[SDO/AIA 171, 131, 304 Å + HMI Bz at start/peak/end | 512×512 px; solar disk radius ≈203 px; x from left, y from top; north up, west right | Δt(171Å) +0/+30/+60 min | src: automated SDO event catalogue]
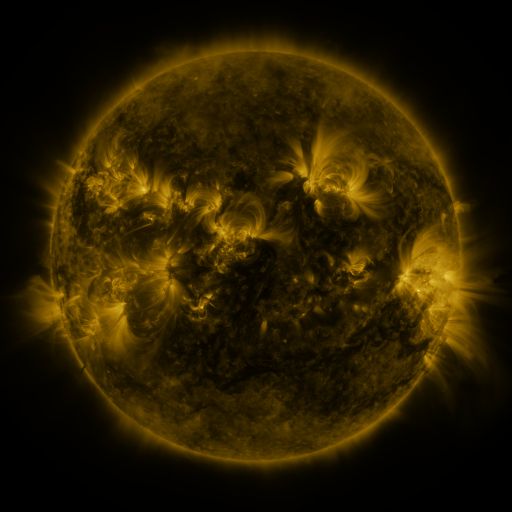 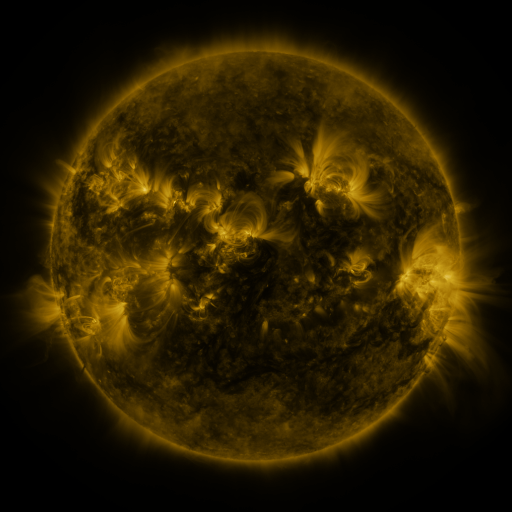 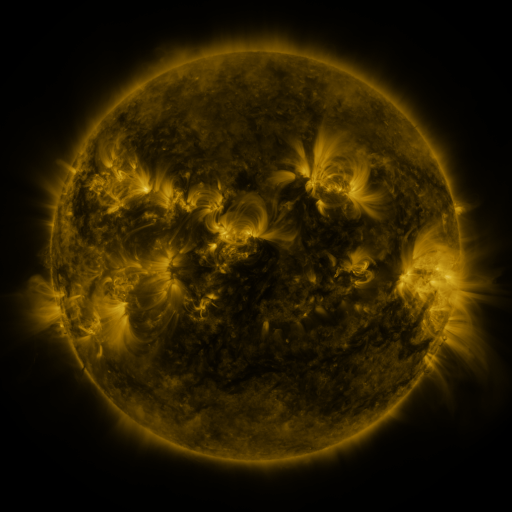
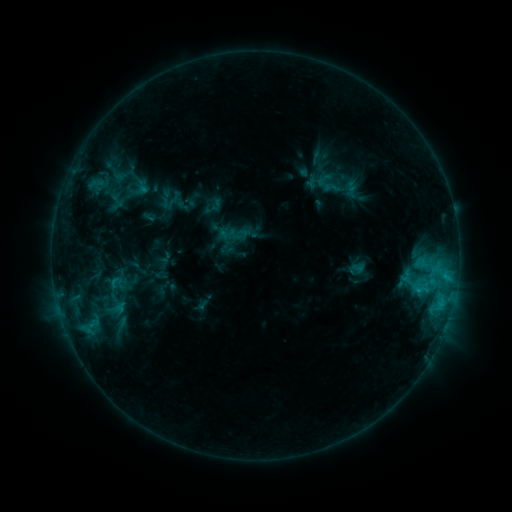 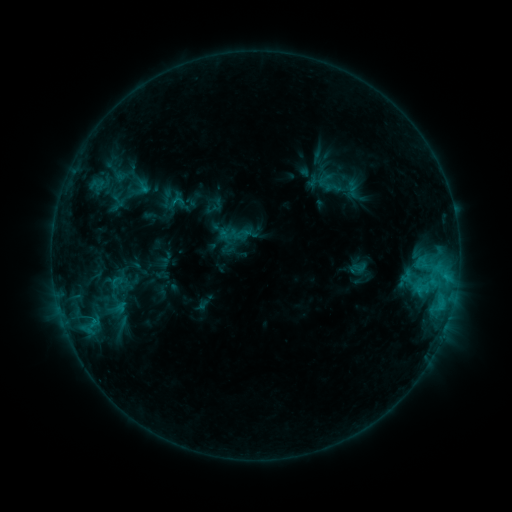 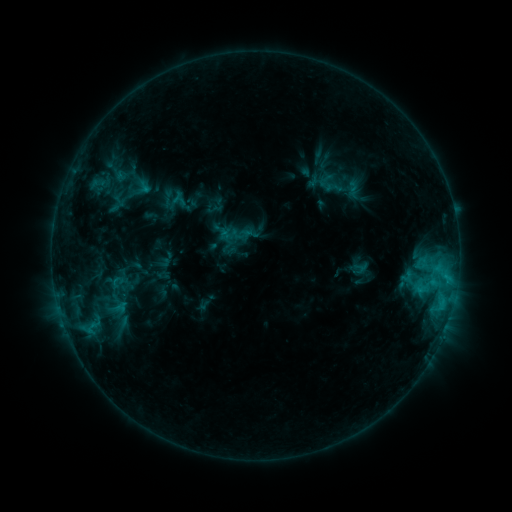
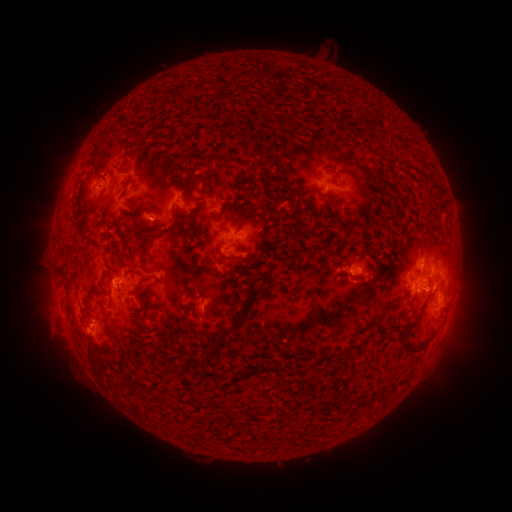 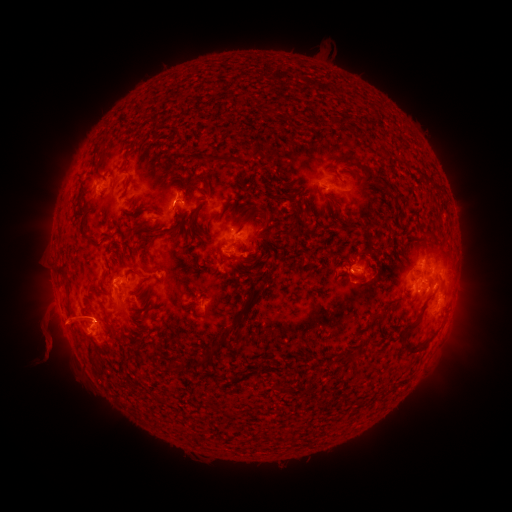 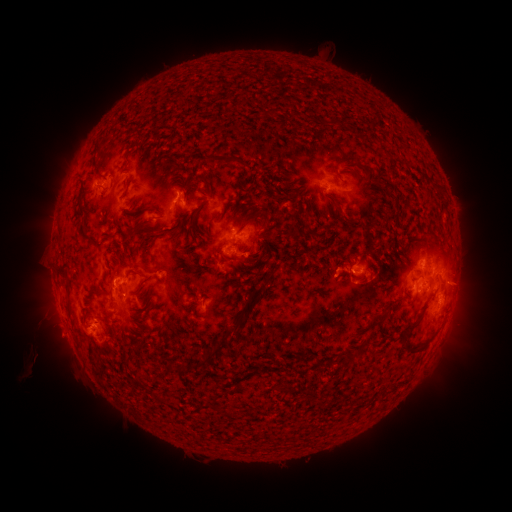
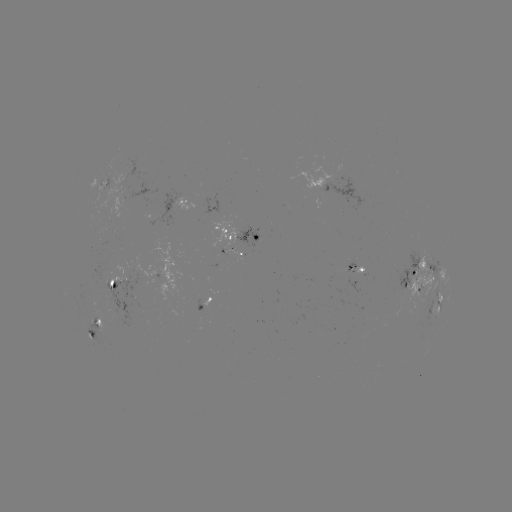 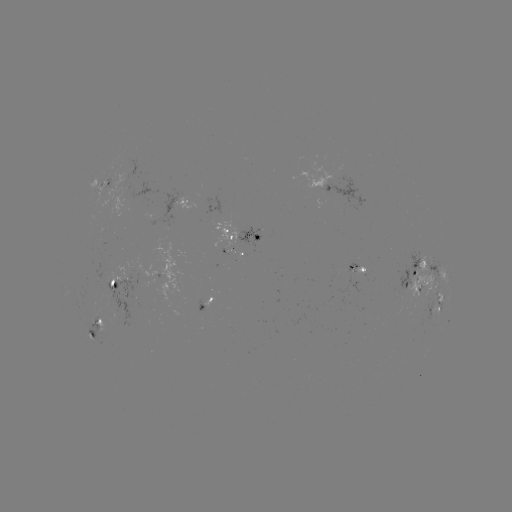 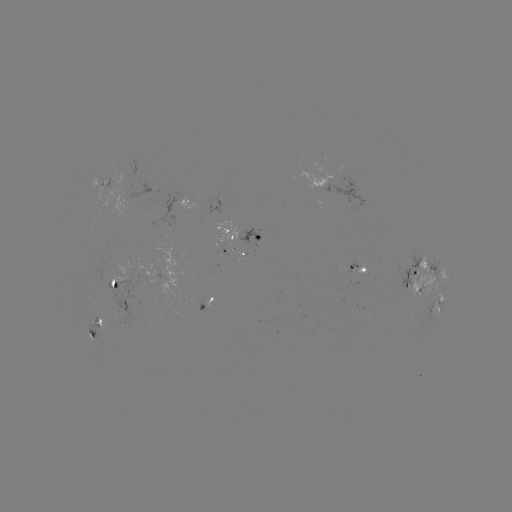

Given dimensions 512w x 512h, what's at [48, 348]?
eruption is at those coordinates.